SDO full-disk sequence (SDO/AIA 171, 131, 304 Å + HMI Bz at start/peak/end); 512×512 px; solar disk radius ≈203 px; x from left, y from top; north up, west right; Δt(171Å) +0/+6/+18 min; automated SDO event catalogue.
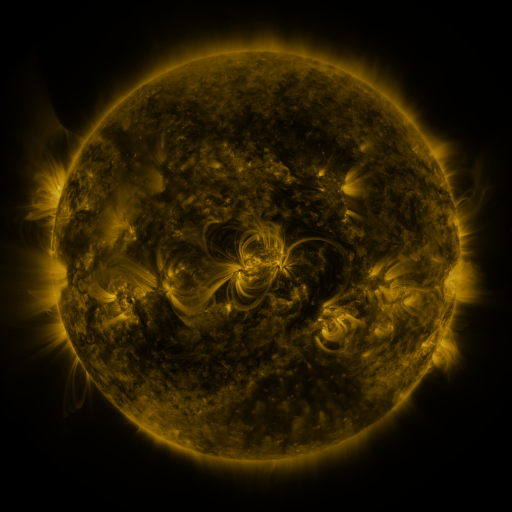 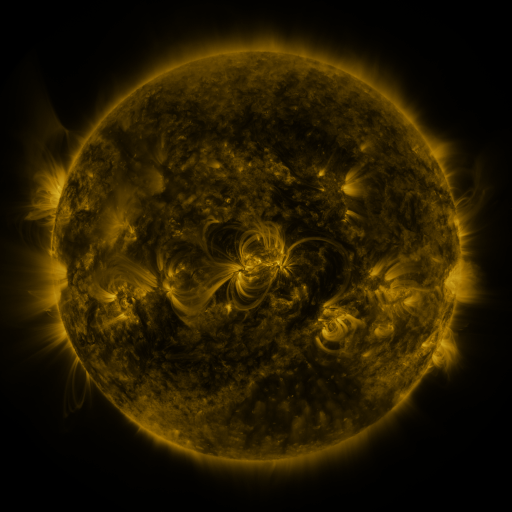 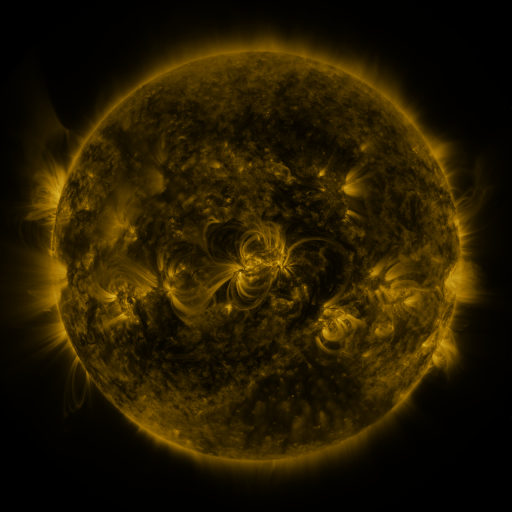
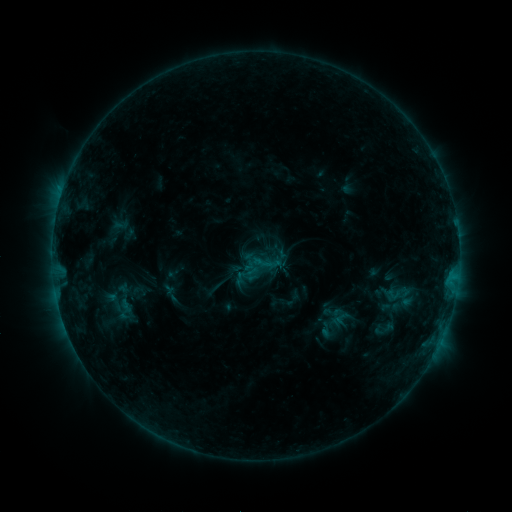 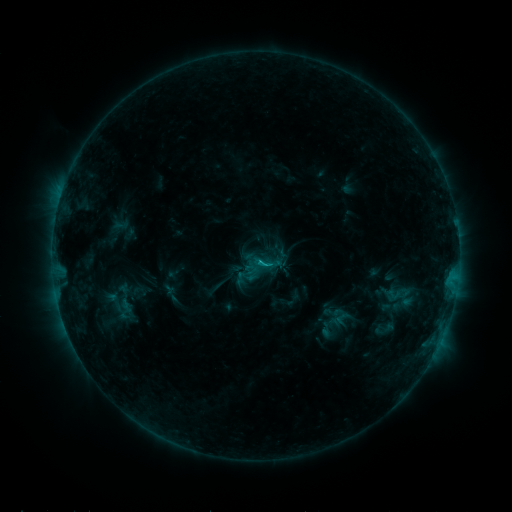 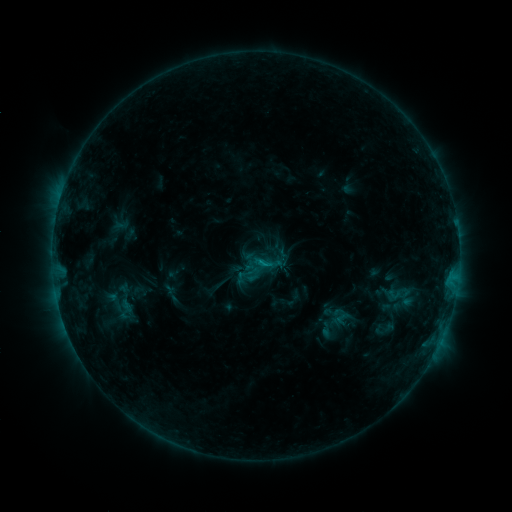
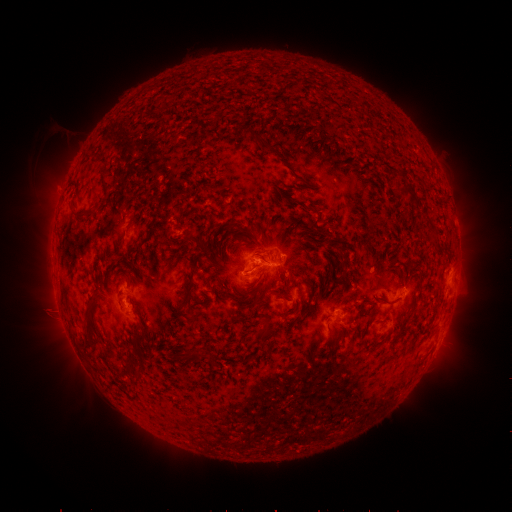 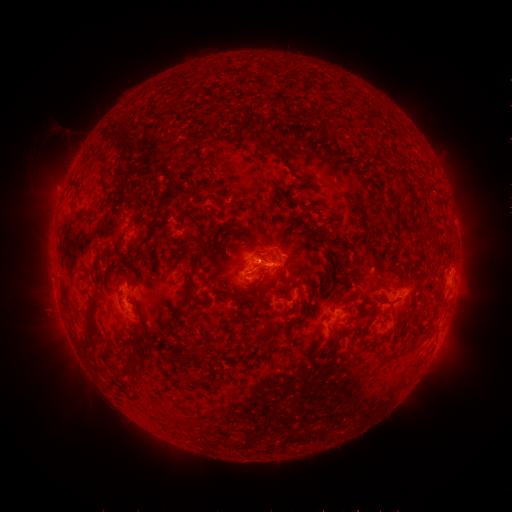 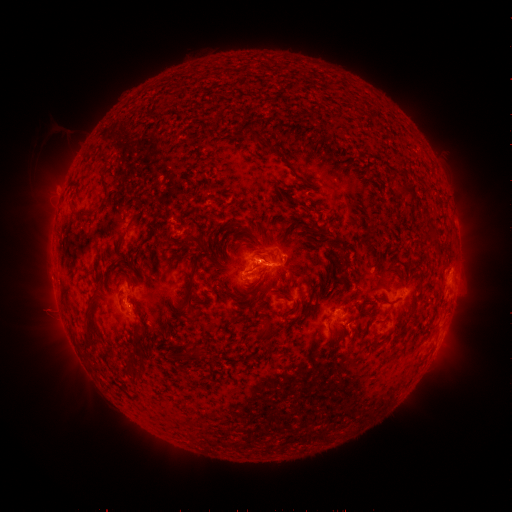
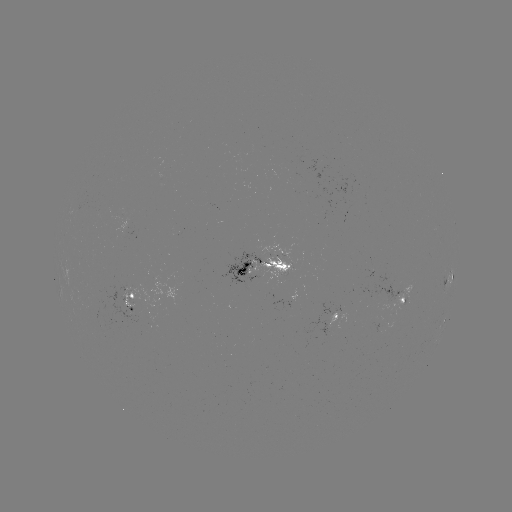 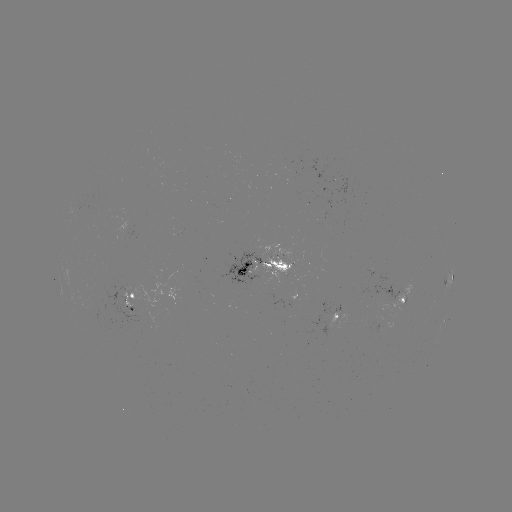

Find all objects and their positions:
C1.1 flare: (259, 261)
